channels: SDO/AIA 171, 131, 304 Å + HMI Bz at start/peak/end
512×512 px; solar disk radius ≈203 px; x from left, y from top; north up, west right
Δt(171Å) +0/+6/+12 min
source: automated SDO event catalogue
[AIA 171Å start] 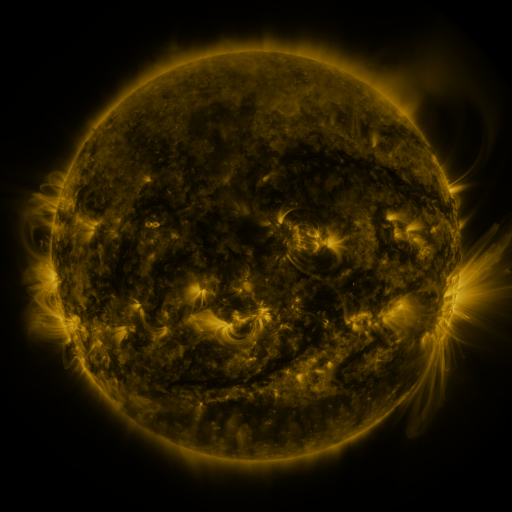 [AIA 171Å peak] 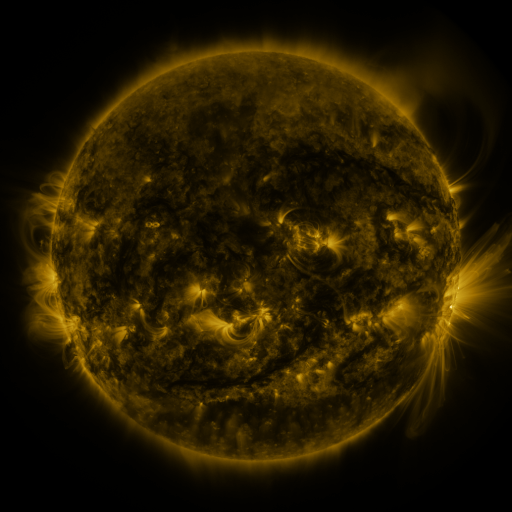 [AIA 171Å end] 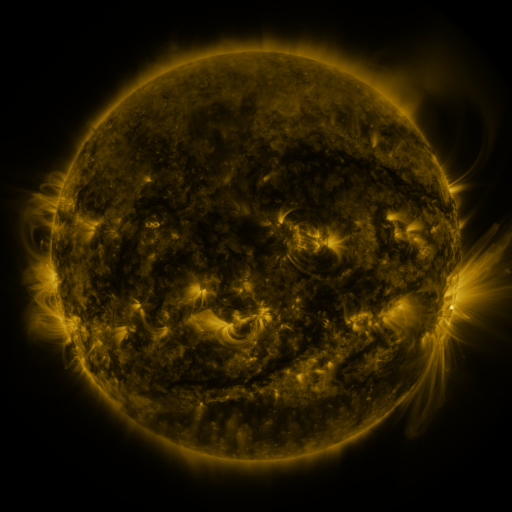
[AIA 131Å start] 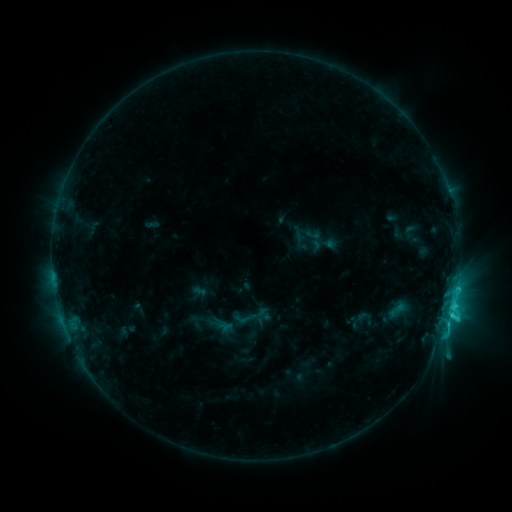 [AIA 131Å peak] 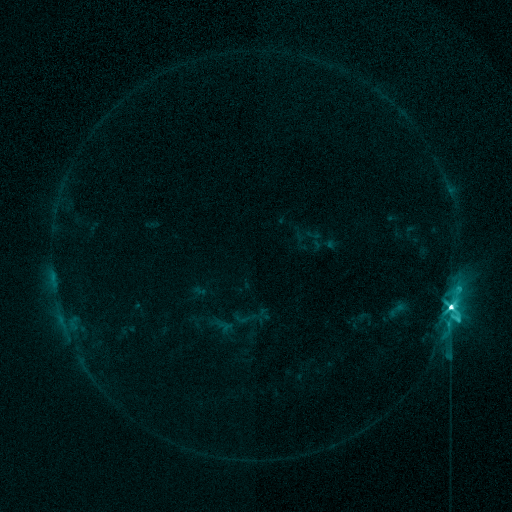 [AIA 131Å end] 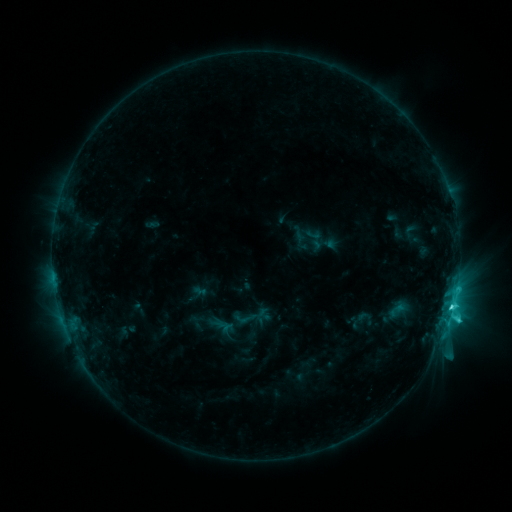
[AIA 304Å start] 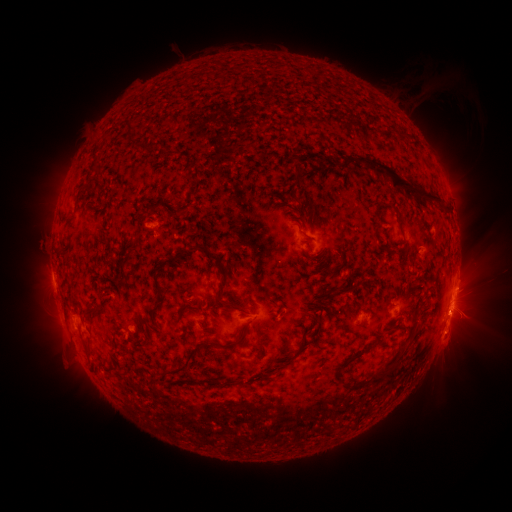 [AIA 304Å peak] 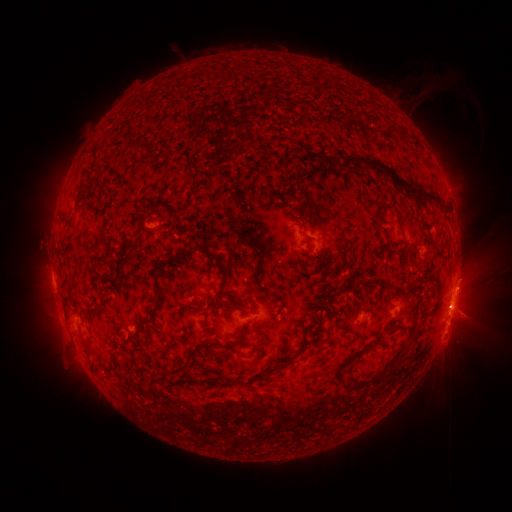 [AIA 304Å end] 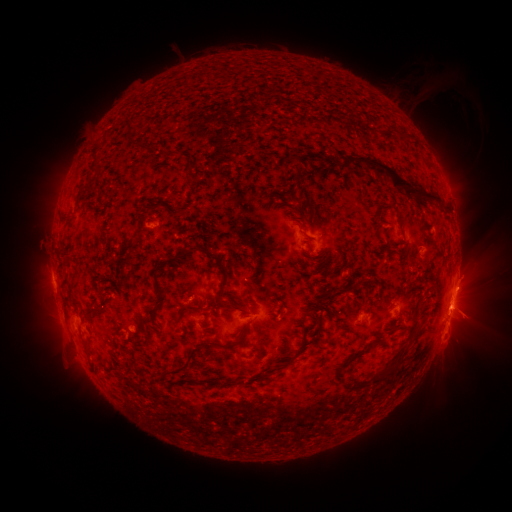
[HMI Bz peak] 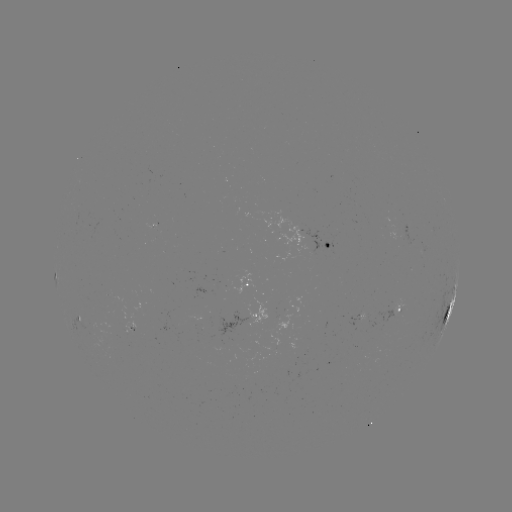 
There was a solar flare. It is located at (456, 288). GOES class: M2.3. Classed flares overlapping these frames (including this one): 1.